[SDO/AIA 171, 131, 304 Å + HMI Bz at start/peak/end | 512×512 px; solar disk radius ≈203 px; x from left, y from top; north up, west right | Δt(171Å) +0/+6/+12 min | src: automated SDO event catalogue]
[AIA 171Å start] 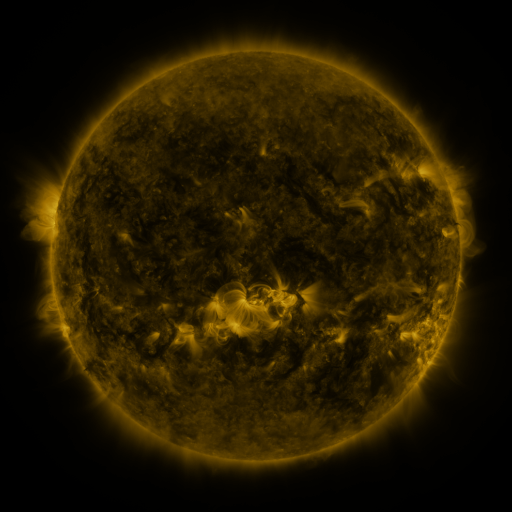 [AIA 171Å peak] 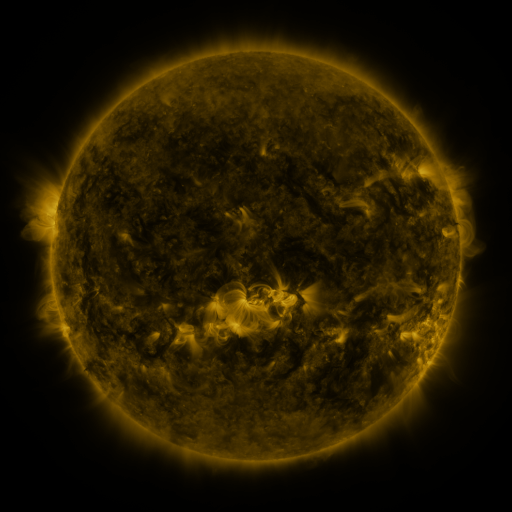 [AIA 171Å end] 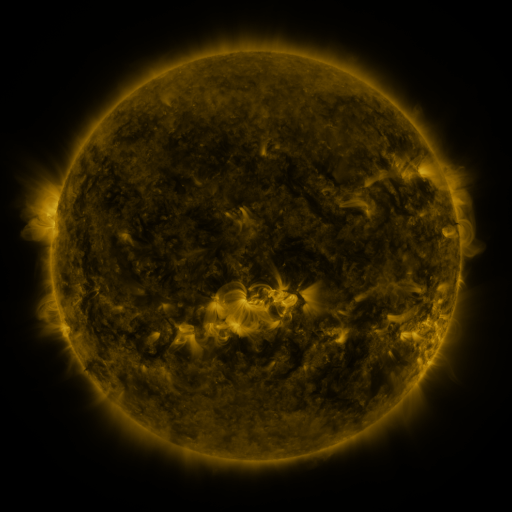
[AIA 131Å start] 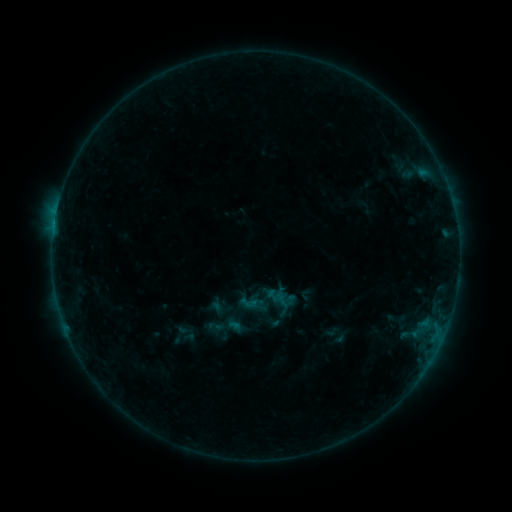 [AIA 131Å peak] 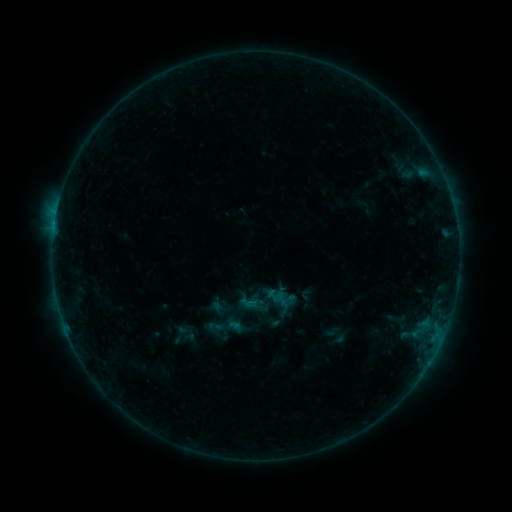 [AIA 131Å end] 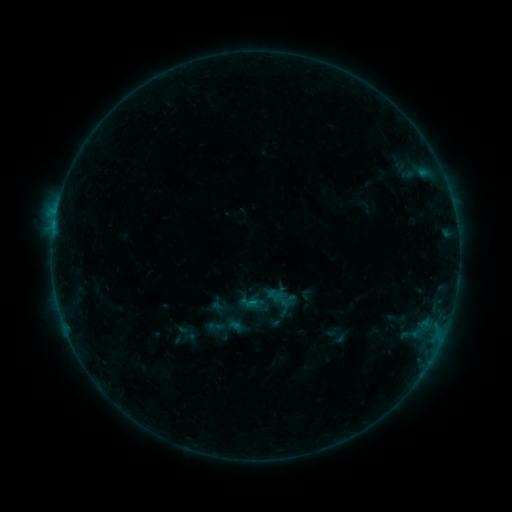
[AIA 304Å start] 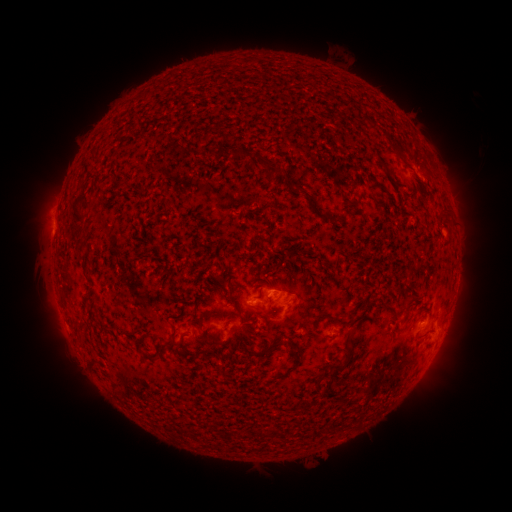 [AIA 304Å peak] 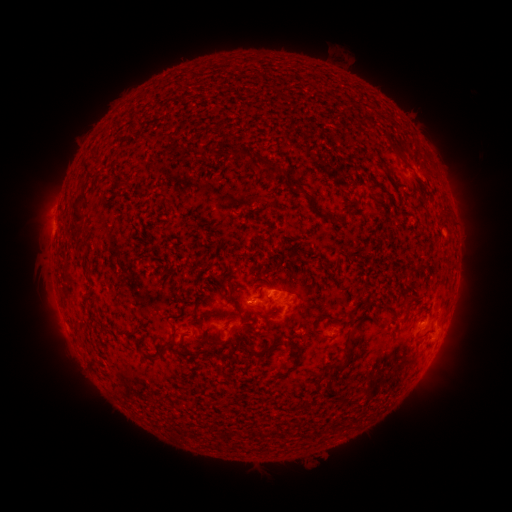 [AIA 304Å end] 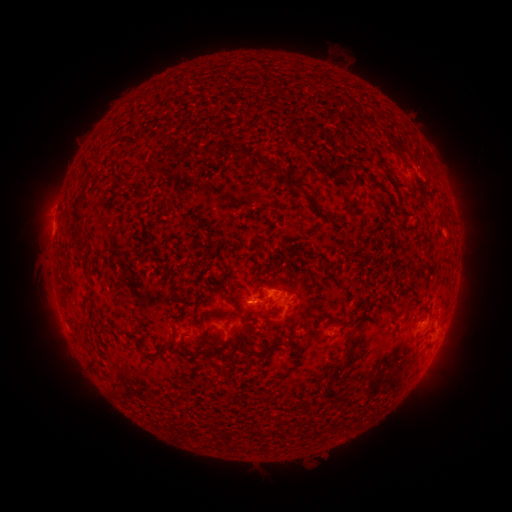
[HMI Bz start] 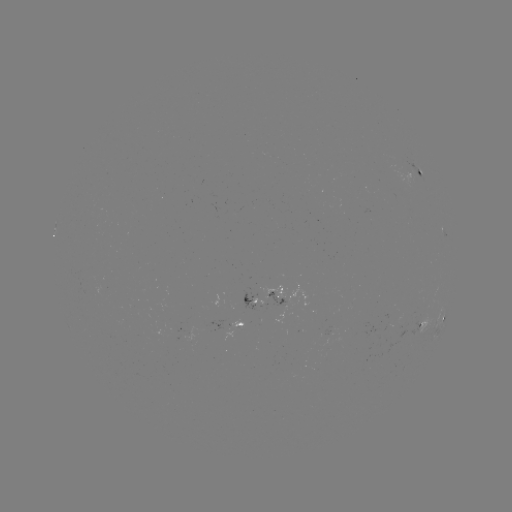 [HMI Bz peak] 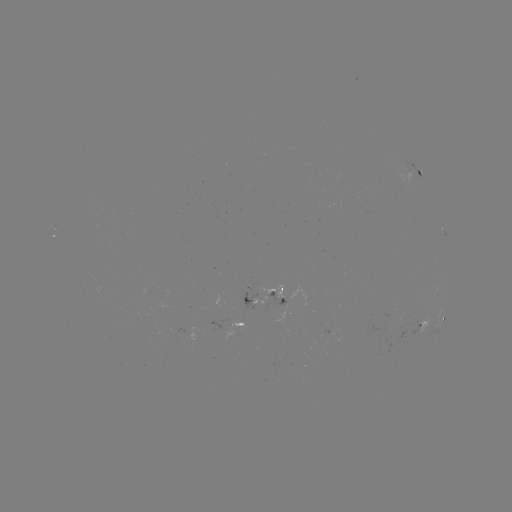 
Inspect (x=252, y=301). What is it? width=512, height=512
B3.6 flare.